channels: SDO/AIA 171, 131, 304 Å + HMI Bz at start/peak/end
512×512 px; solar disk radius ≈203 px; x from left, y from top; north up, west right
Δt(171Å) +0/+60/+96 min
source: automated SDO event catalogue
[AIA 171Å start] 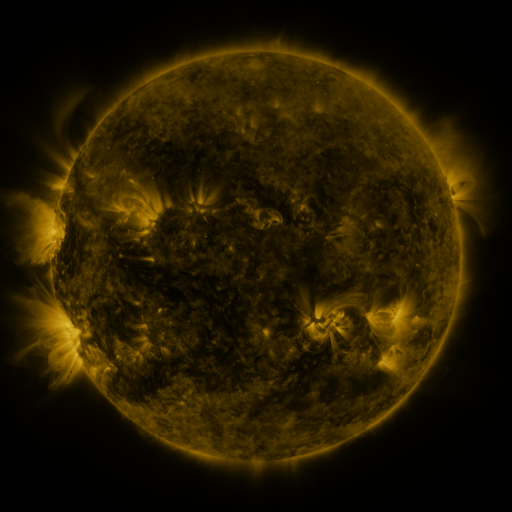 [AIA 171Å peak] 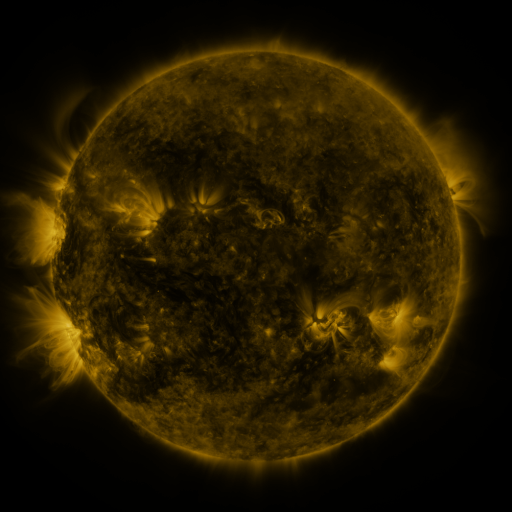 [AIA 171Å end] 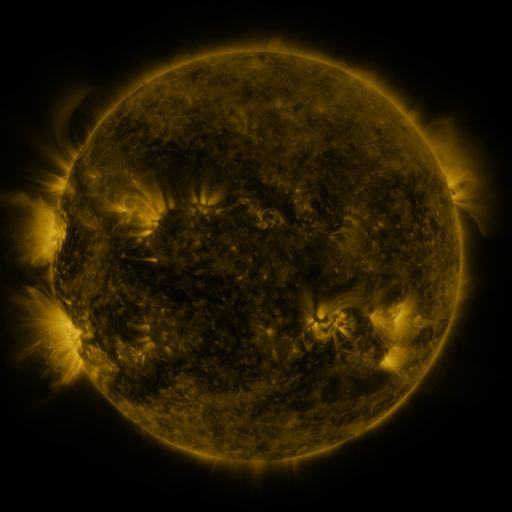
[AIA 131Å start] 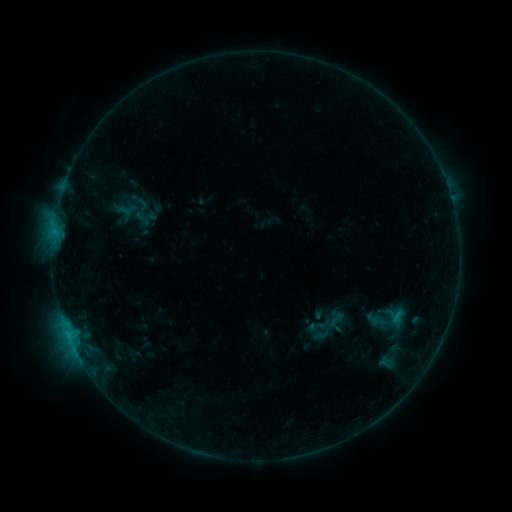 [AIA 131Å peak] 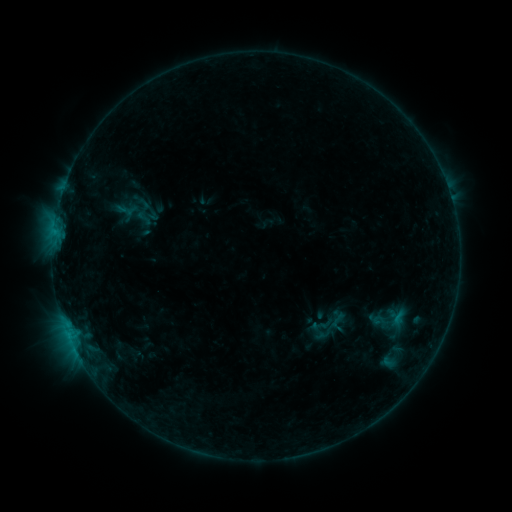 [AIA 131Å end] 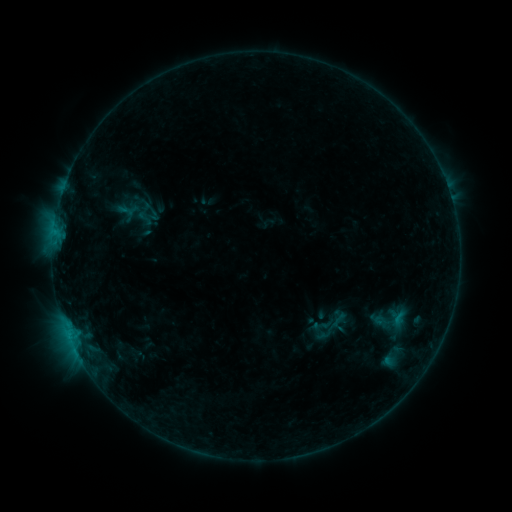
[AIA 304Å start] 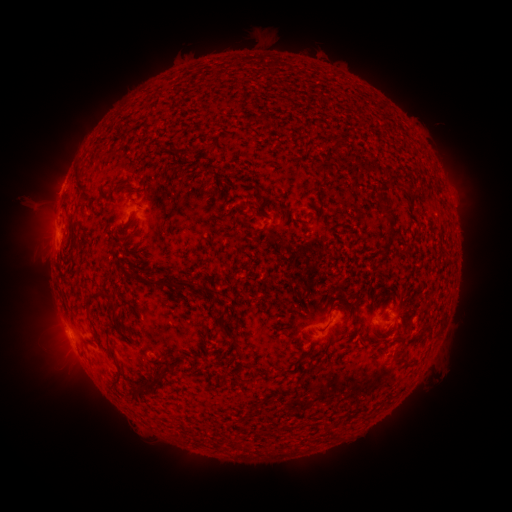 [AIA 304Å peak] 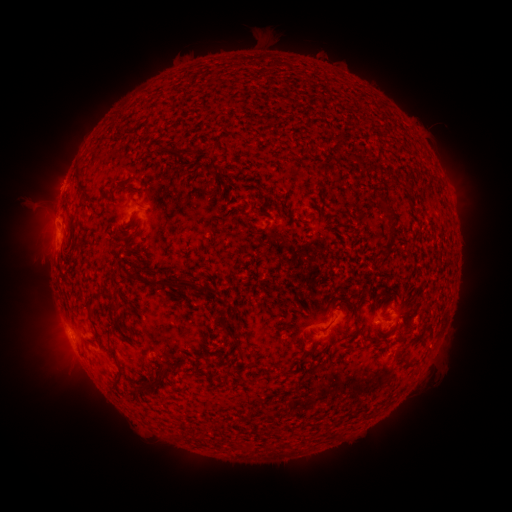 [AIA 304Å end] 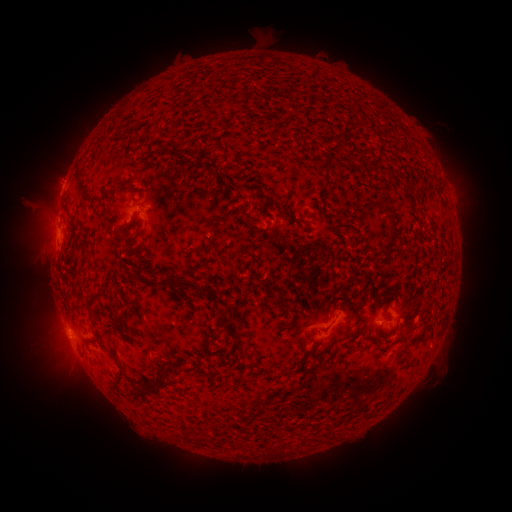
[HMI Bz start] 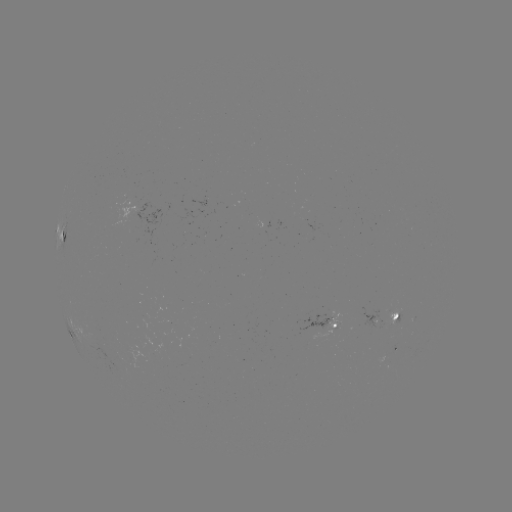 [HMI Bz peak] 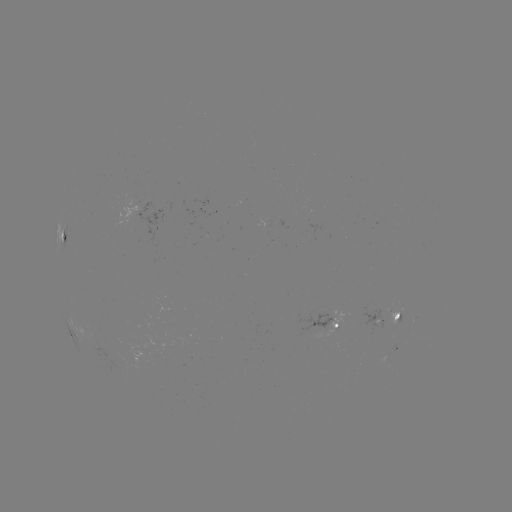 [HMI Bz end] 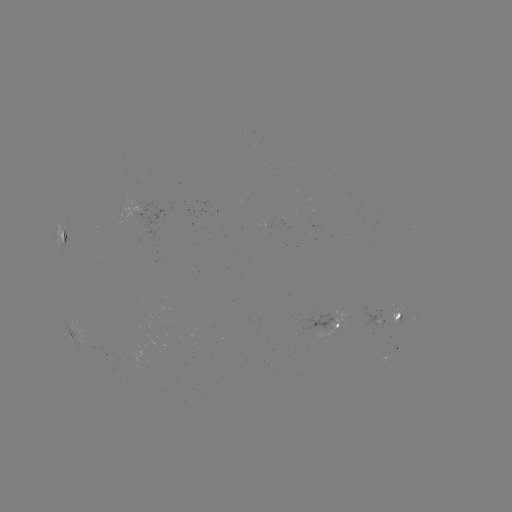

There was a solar emerging-flux region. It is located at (375, 319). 